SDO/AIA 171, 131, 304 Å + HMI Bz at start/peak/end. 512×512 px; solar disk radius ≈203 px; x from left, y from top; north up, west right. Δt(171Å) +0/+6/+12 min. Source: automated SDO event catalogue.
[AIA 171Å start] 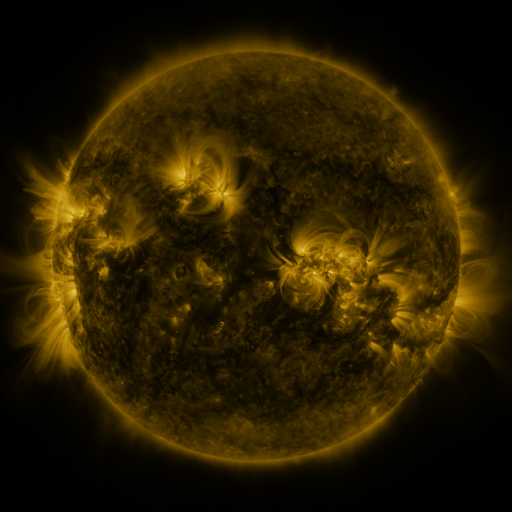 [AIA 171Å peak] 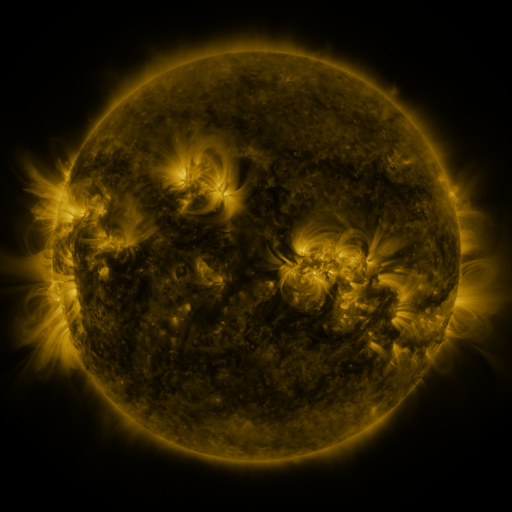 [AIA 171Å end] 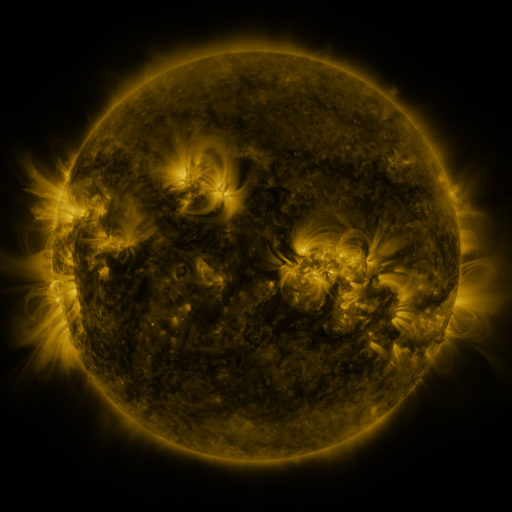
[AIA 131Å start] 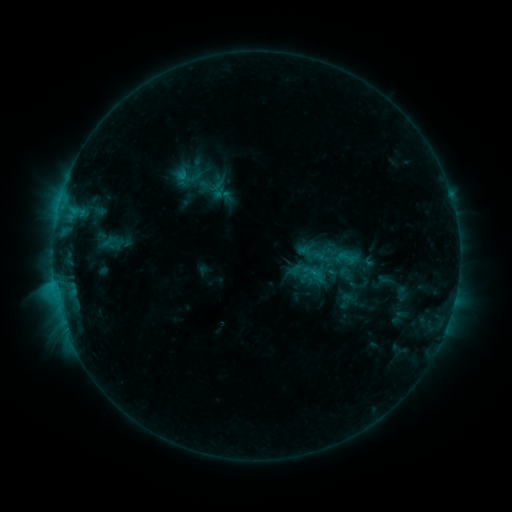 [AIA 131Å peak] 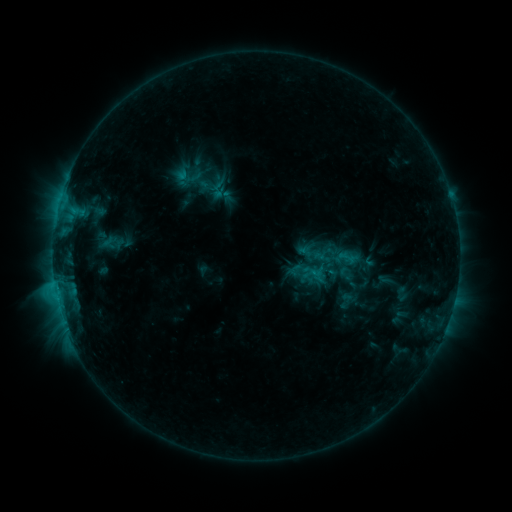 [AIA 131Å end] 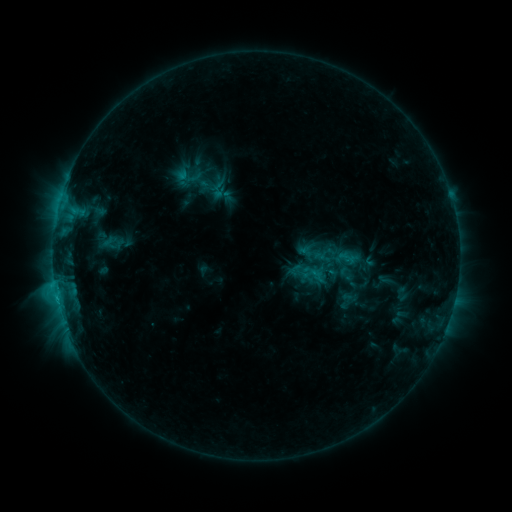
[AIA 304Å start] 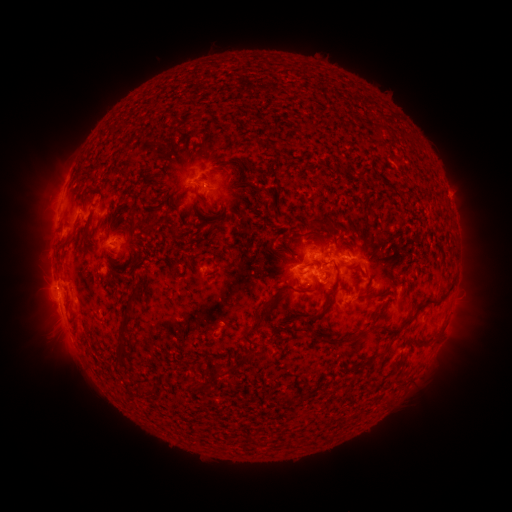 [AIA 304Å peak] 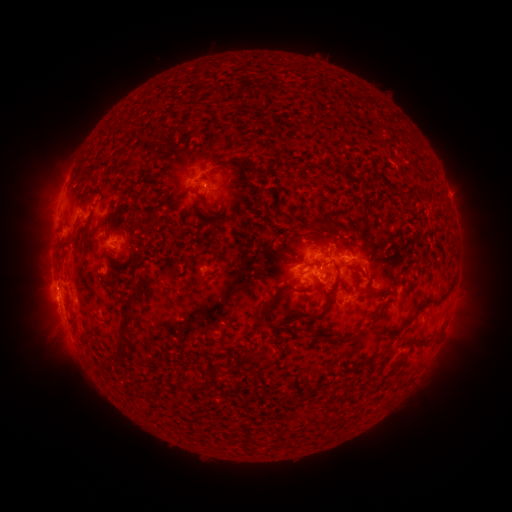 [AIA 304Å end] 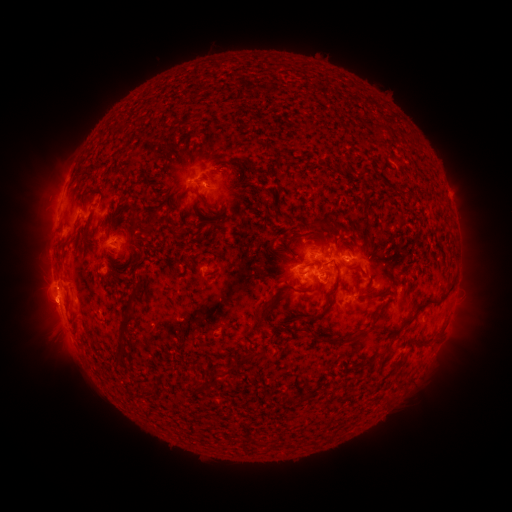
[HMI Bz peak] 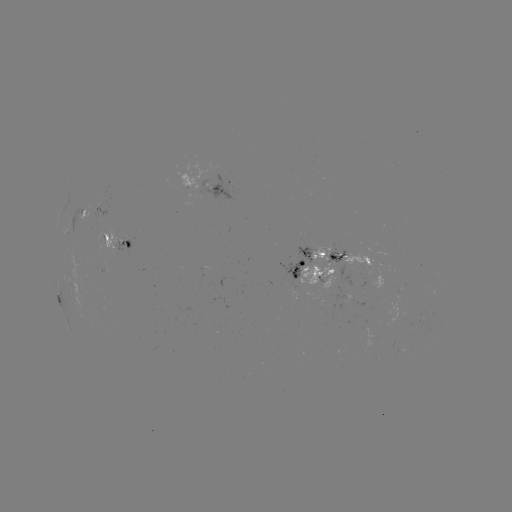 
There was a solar eruption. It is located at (44, 306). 